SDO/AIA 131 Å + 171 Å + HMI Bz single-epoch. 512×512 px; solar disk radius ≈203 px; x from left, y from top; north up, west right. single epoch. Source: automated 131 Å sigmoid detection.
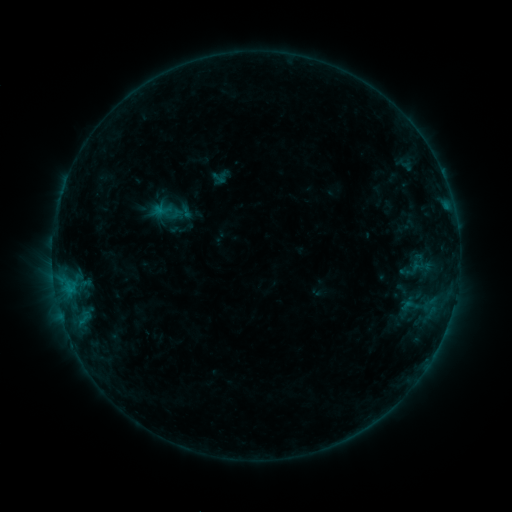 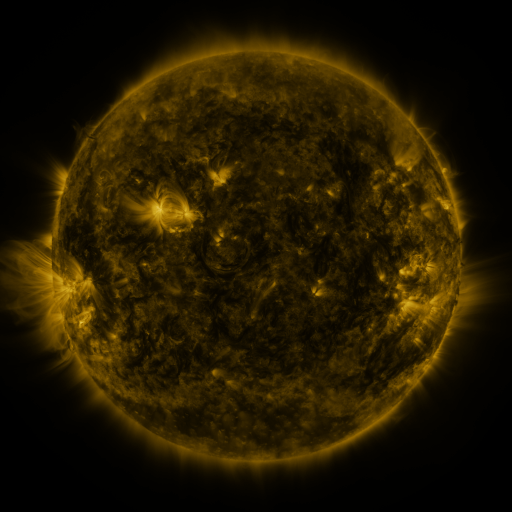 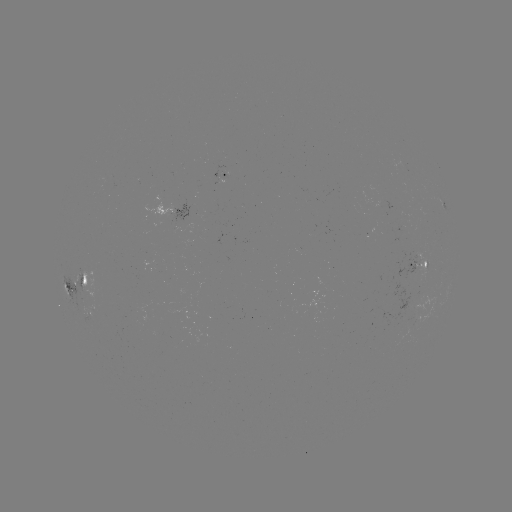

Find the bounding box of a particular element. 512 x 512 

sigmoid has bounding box [398, 251, 427, 287].